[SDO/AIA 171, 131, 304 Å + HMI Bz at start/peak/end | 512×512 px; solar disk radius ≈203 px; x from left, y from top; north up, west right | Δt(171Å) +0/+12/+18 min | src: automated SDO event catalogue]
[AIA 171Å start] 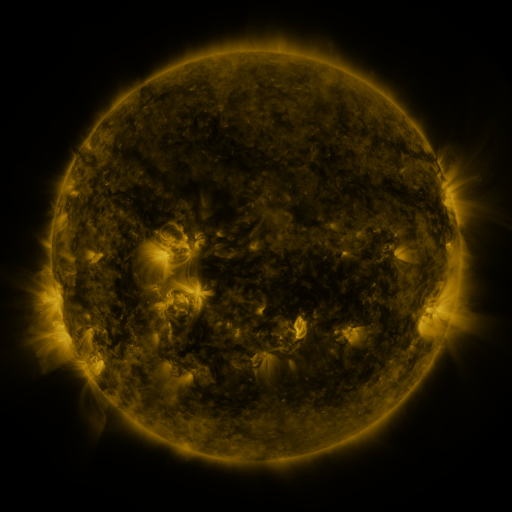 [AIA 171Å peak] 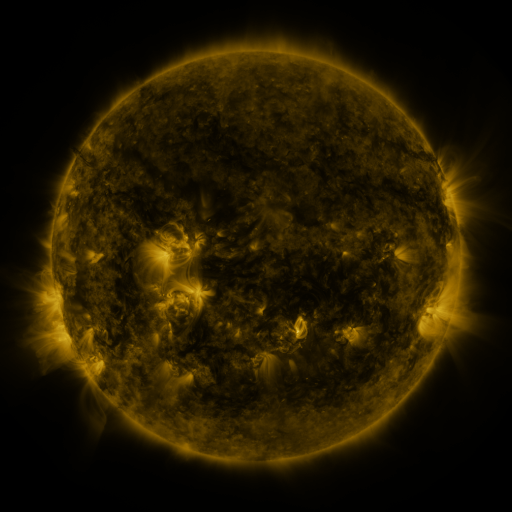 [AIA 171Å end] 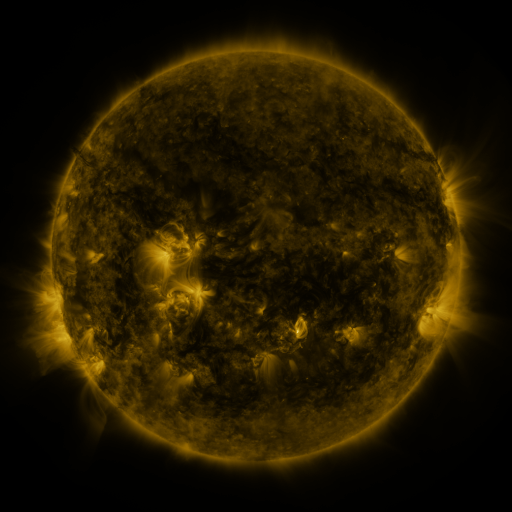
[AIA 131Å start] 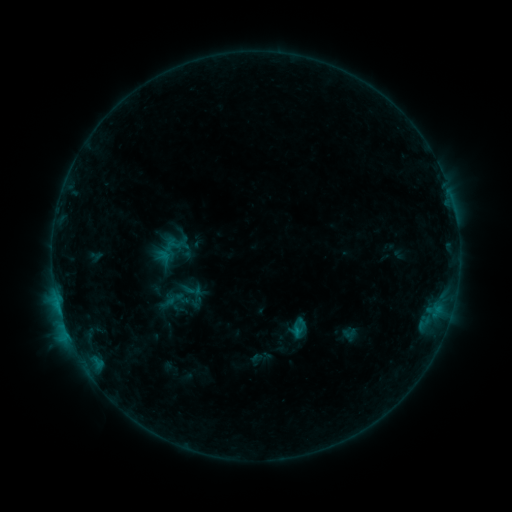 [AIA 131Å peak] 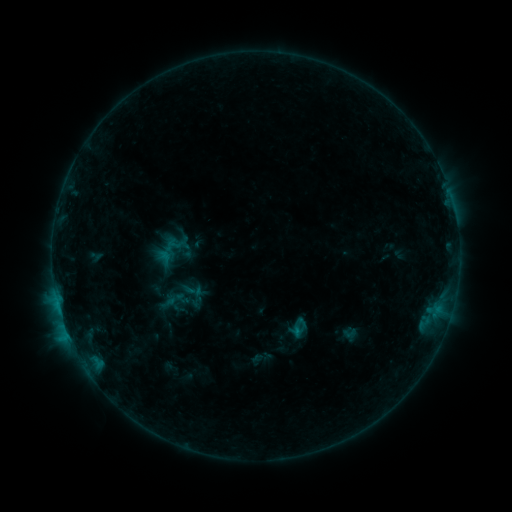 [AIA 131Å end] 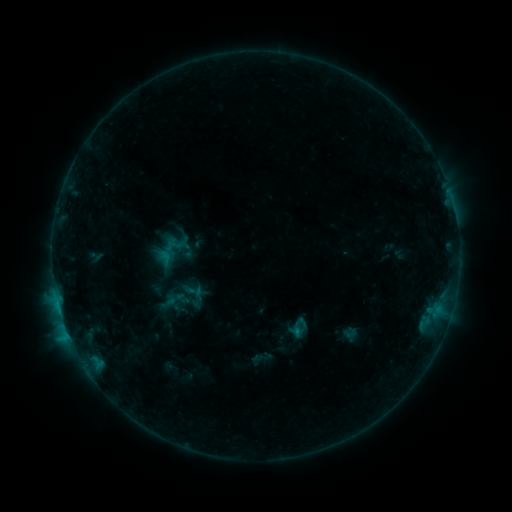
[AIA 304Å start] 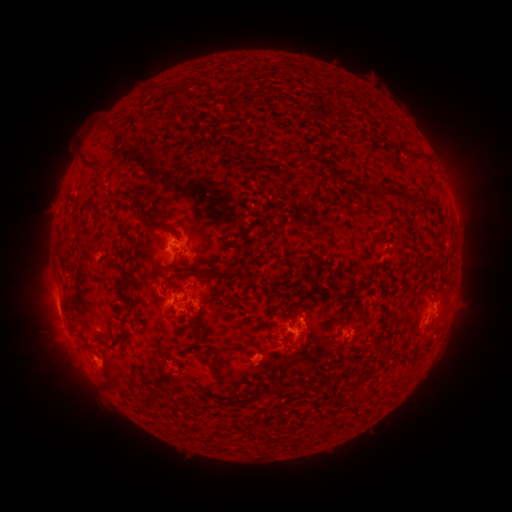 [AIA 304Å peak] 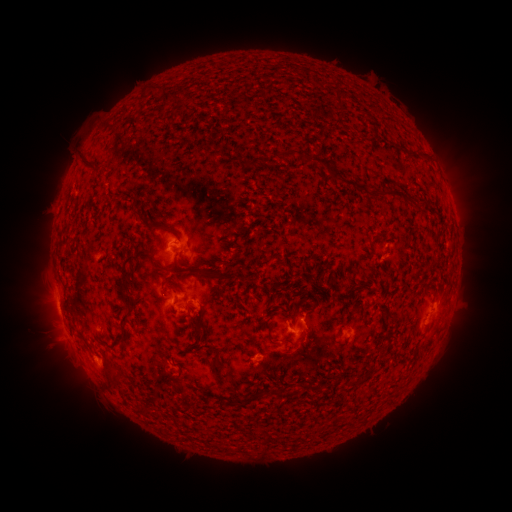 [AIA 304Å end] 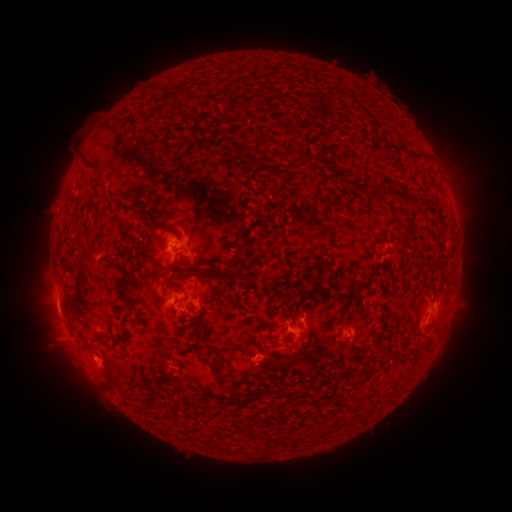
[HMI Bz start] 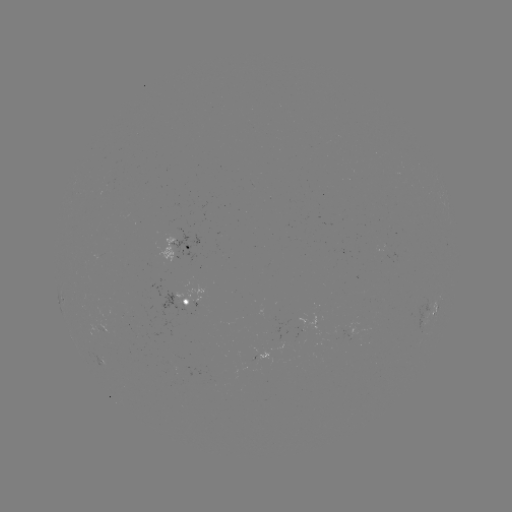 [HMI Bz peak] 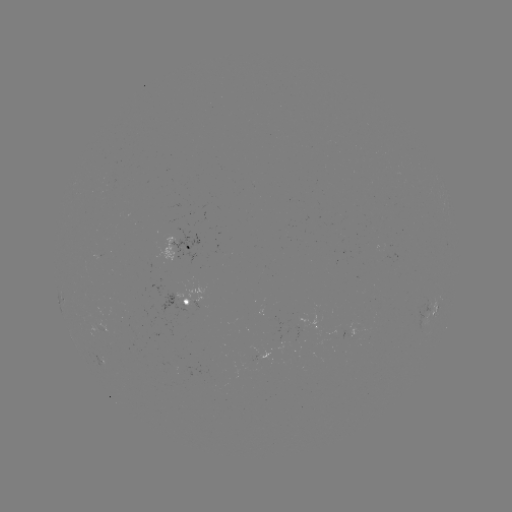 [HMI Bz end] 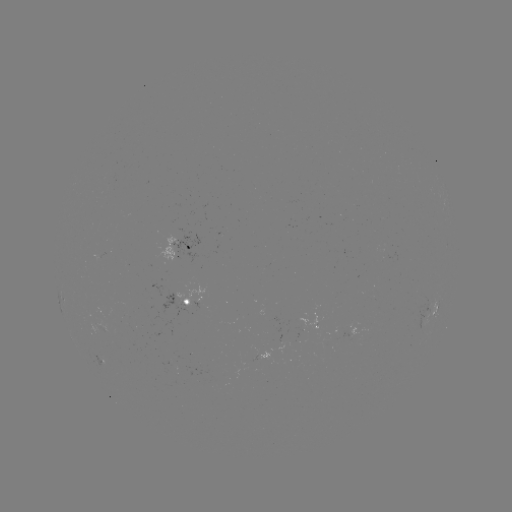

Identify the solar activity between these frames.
no flare in any classed list; no EUV-trigger detection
